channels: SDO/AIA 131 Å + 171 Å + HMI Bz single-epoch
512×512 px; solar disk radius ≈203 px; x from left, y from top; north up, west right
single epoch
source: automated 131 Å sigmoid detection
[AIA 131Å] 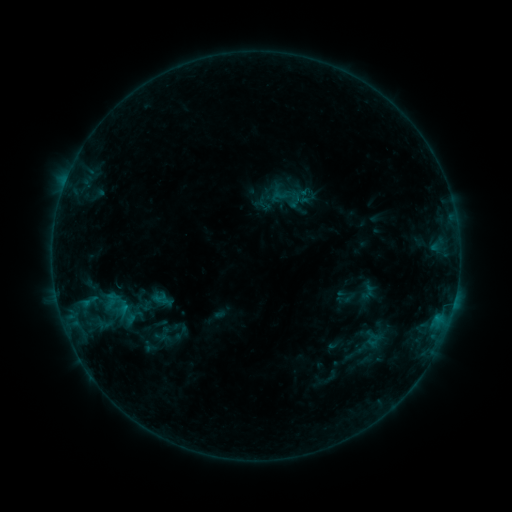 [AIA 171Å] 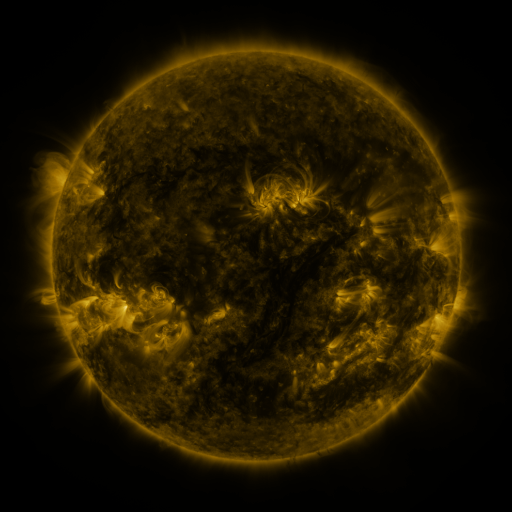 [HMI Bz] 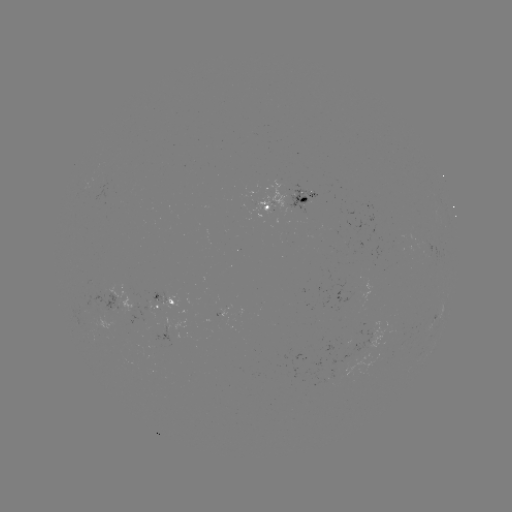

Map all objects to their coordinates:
sigmoid: (278, 196)
